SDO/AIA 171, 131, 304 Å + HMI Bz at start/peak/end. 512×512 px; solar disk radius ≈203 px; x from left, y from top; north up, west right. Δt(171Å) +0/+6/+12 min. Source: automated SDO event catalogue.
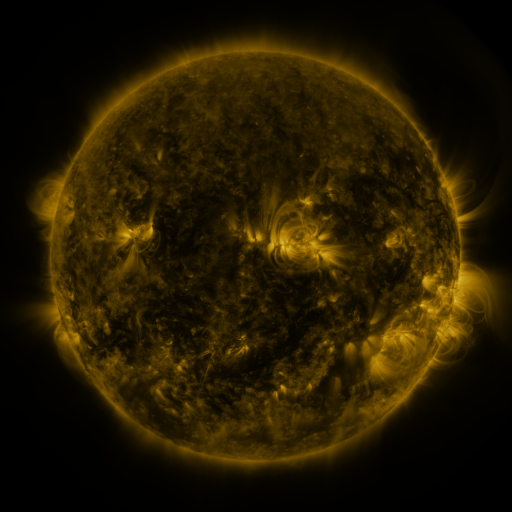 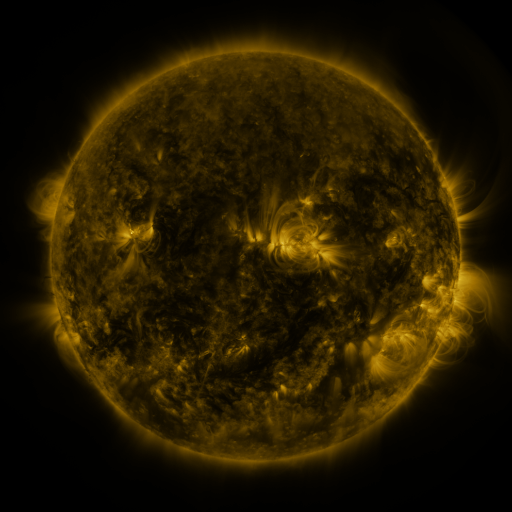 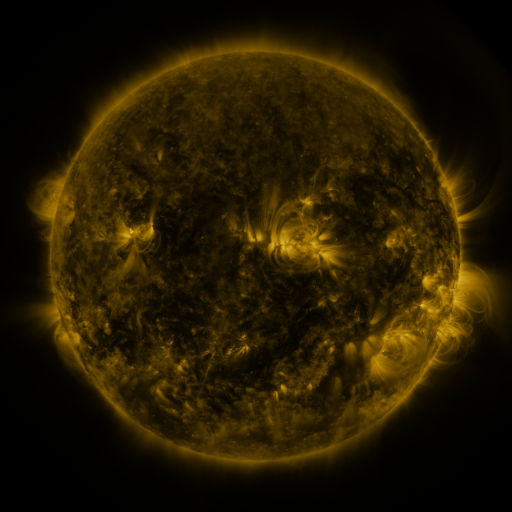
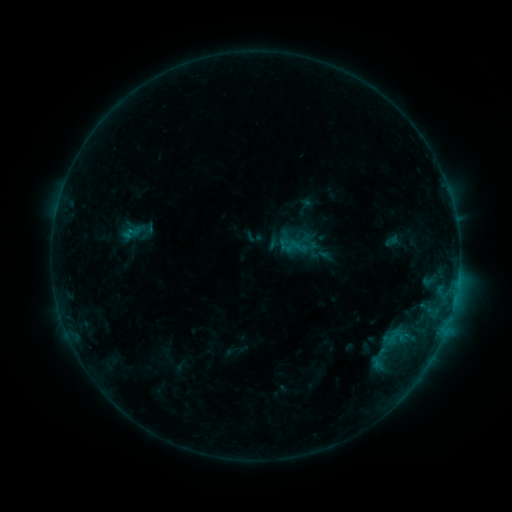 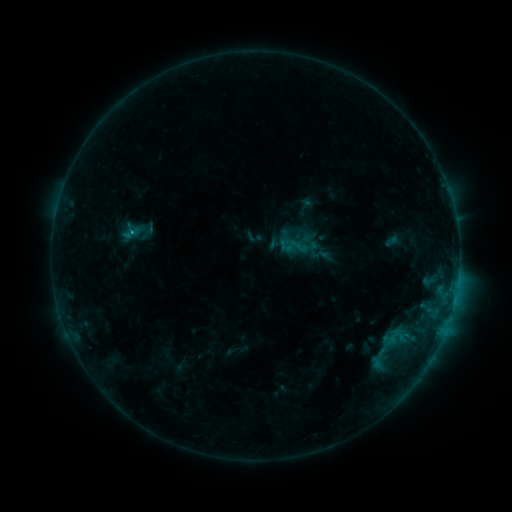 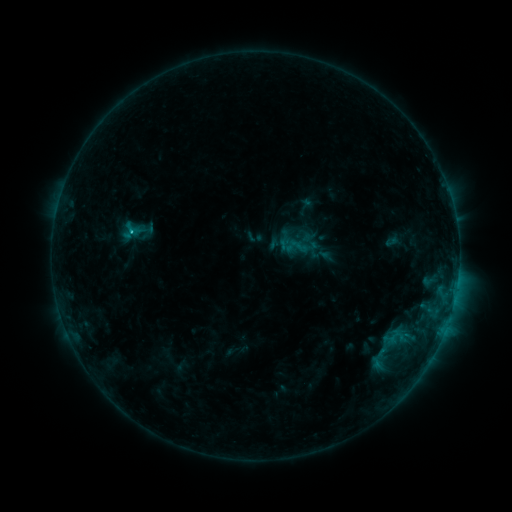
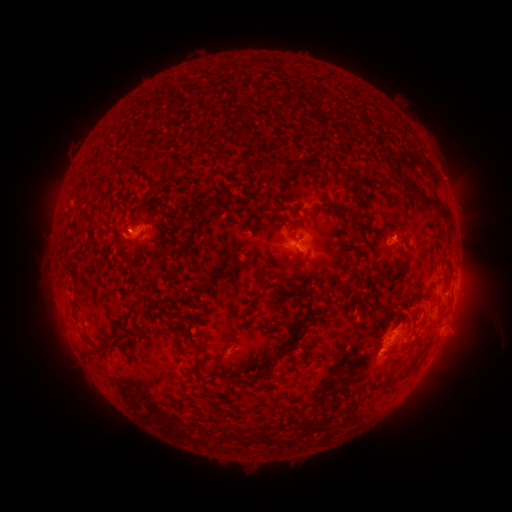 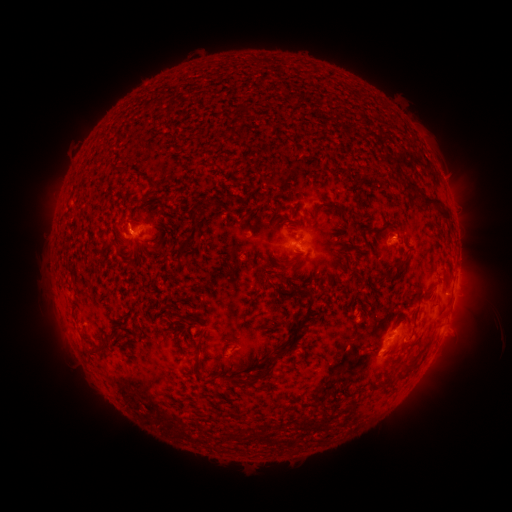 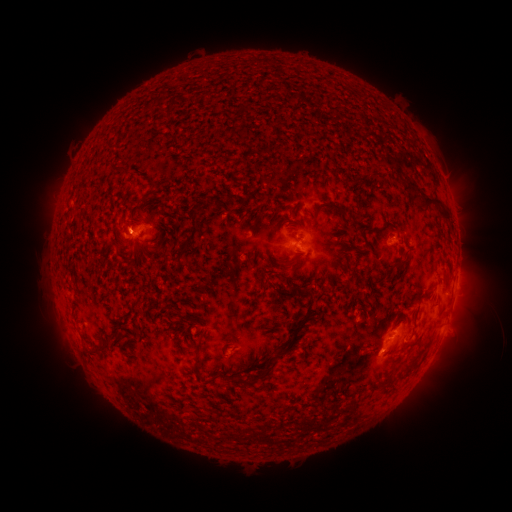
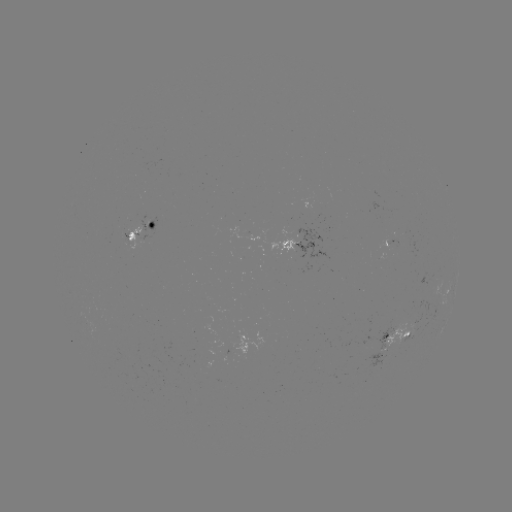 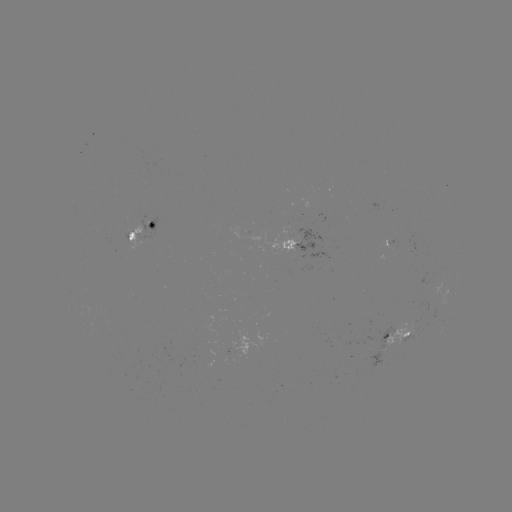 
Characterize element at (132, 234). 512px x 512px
B8.8 flare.